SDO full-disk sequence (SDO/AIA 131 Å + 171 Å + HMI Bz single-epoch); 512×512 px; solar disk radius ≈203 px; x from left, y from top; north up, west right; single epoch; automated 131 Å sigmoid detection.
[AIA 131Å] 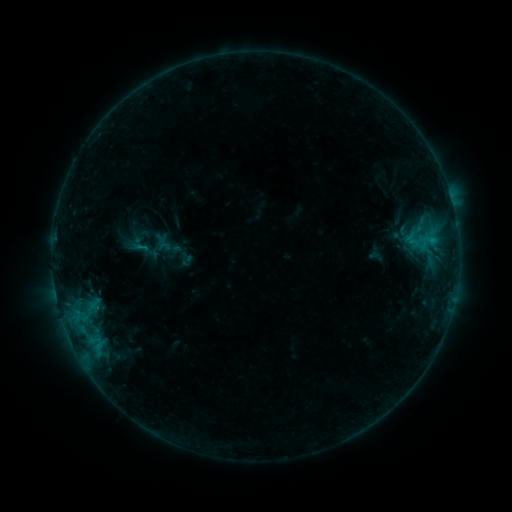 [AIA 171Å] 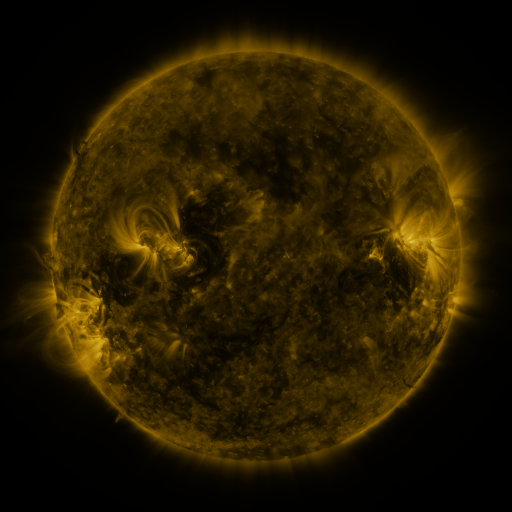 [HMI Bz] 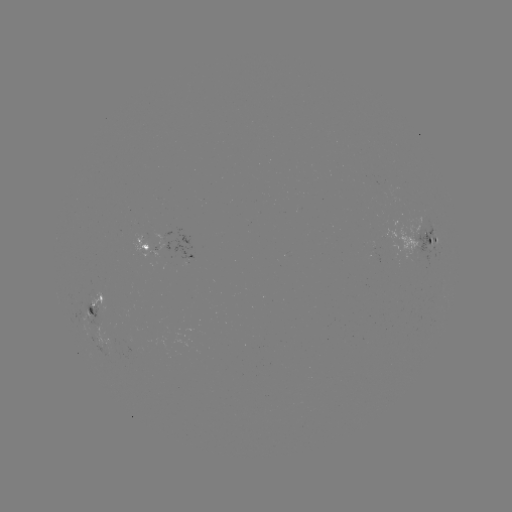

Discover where sigmoid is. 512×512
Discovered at [141, 248].